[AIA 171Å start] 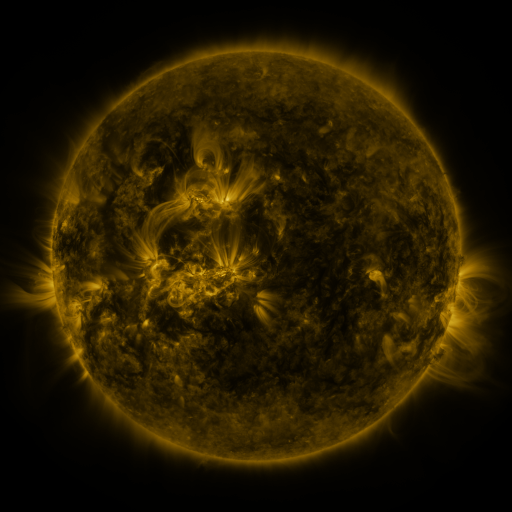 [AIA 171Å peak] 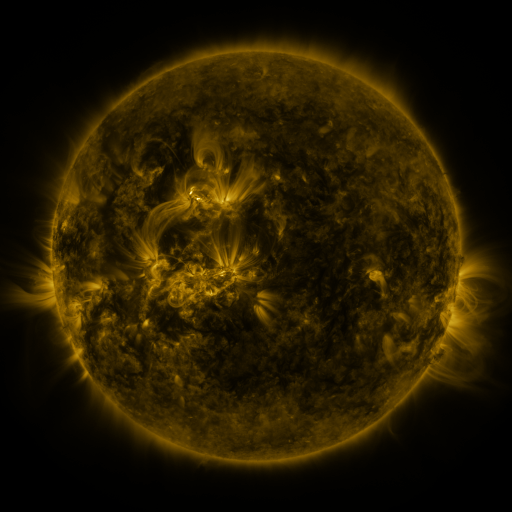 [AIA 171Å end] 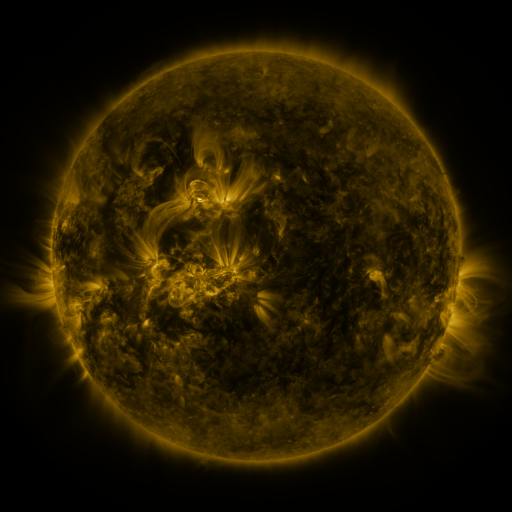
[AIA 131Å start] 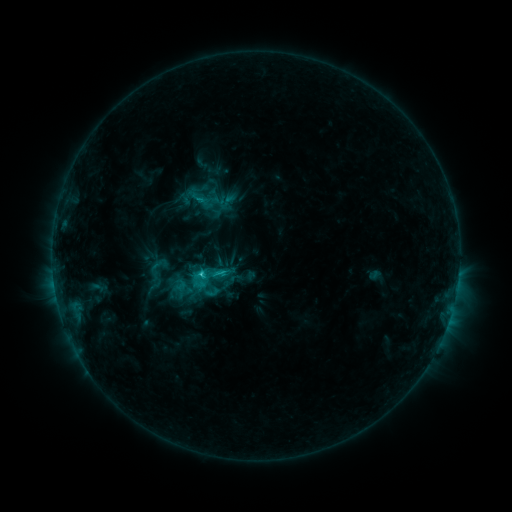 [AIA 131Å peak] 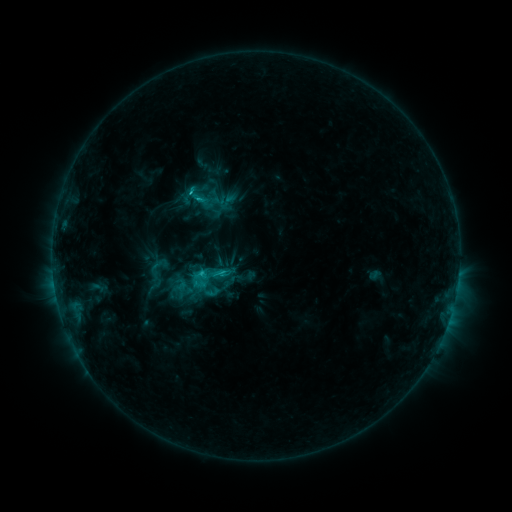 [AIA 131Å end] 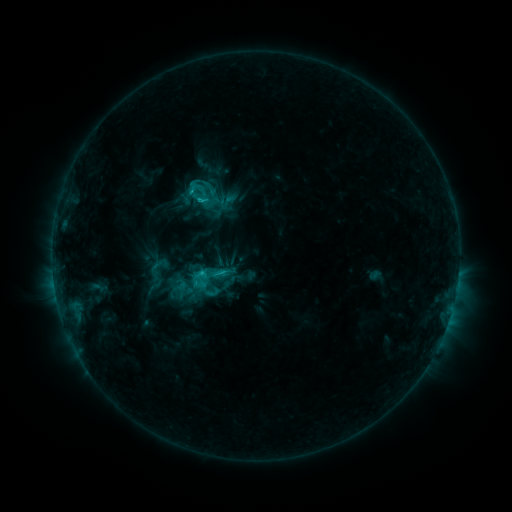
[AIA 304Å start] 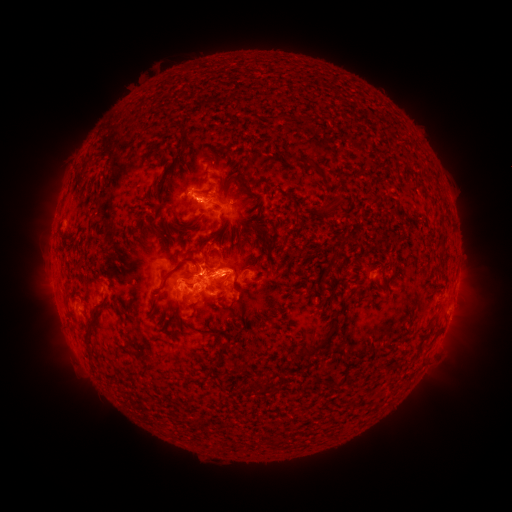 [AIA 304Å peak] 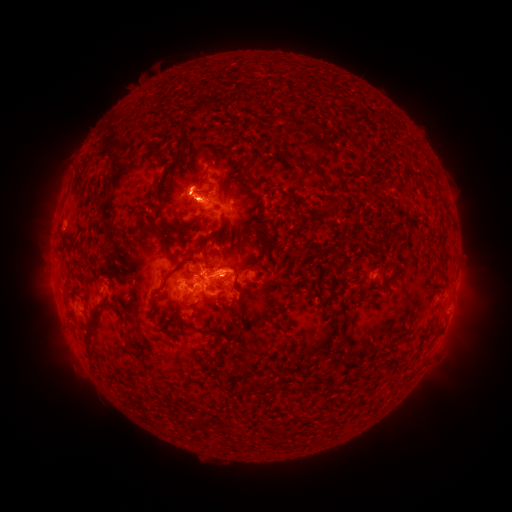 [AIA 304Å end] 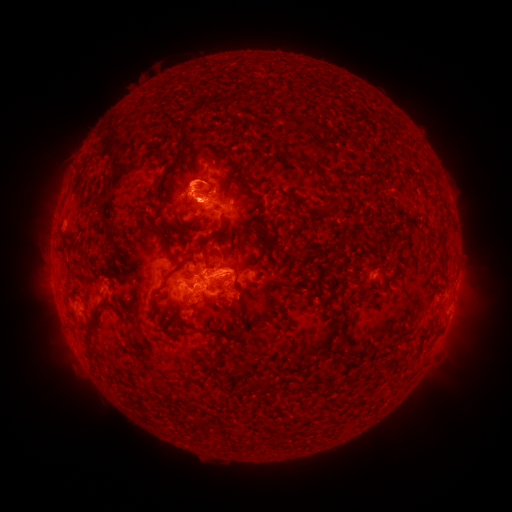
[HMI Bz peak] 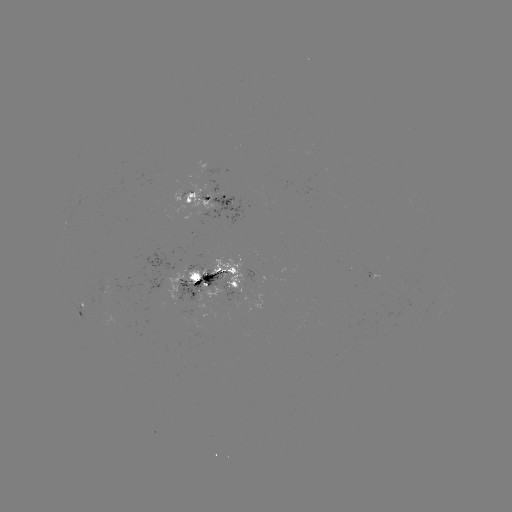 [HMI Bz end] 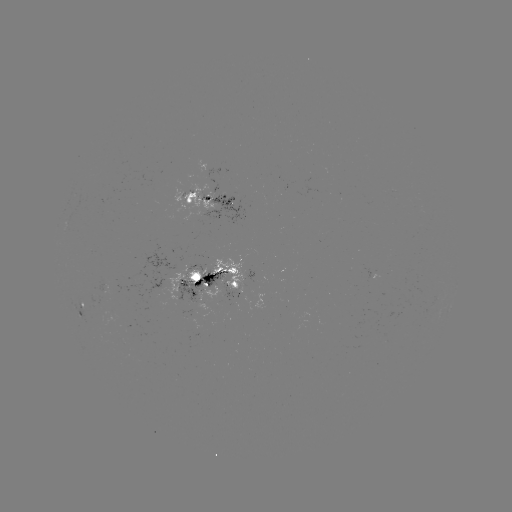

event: eruption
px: (189, 188)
